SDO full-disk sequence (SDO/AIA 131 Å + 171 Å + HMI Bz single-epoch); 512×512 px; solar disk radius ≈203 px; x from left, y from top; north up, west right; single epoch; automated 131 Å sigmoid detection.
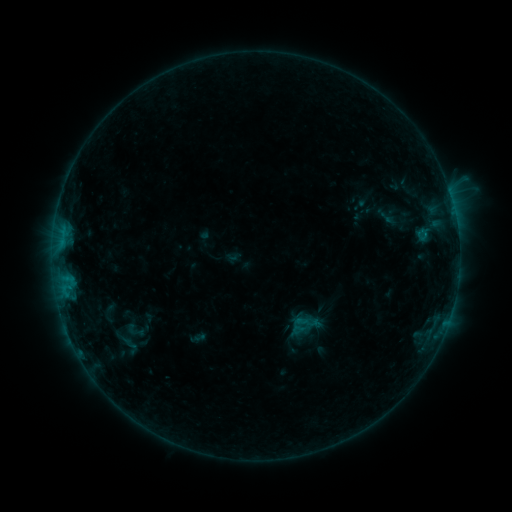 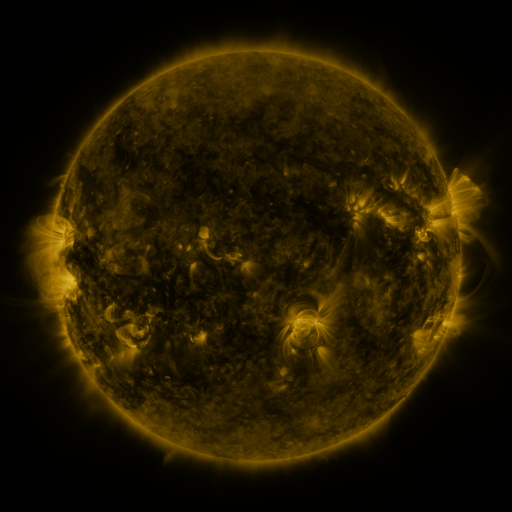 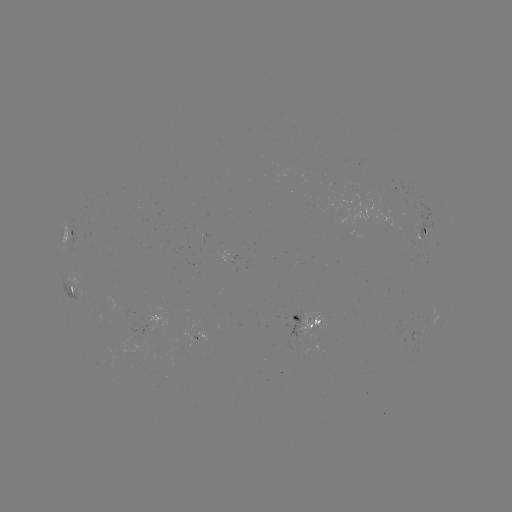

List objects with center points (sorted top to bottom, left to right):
sigmoid: <bbox>122, 319, 149, 342</bbox>
